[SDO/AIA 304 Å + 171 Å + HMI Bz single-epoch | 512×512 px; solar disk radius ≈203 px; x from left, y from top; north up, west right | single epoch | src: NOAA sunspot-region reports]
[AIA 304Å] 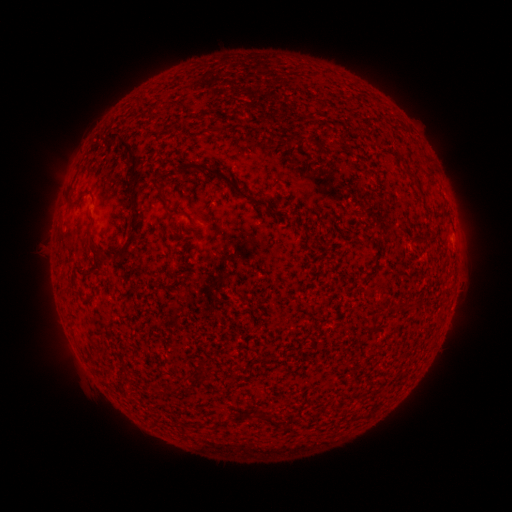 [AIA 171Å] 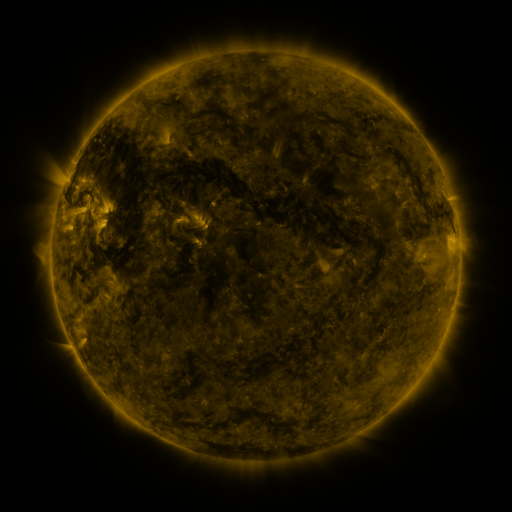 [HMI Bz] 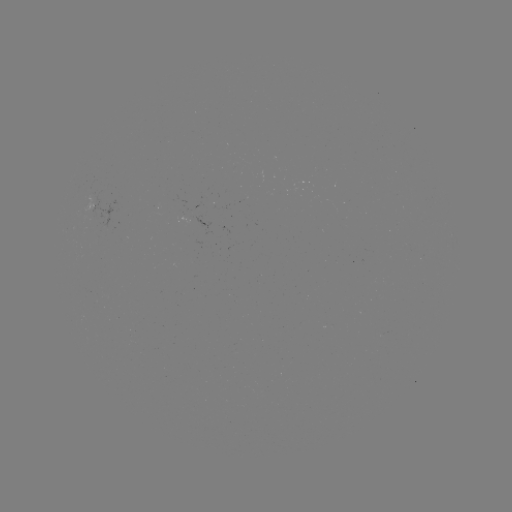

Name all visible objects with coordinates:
(none)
